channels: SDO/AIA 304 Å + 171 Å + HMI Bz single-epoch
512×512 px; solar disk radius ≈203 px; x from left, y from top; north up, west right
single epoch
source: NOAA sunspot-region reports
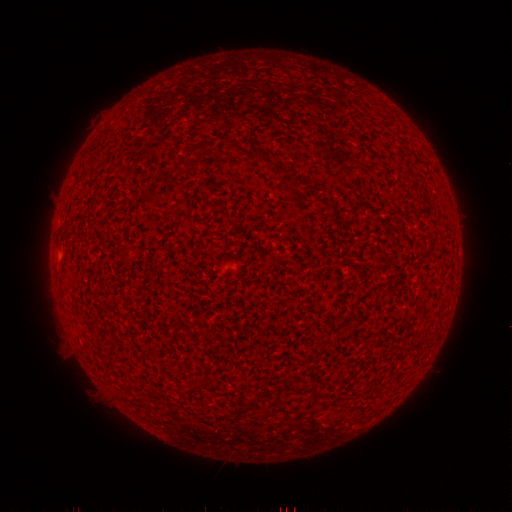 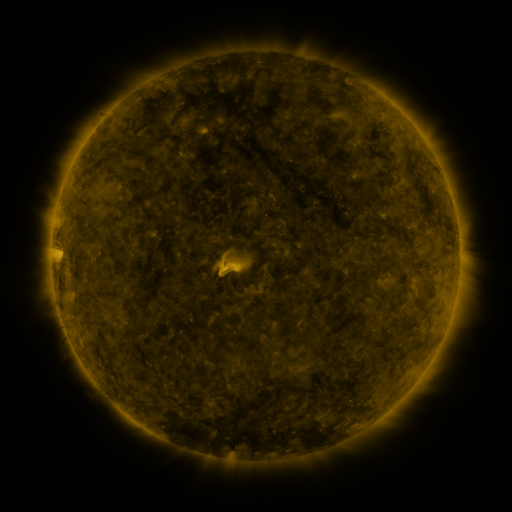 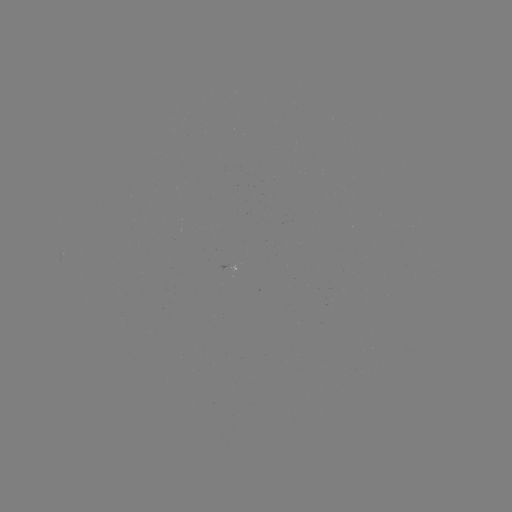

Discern spotted active region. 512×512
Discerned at (58, 261).